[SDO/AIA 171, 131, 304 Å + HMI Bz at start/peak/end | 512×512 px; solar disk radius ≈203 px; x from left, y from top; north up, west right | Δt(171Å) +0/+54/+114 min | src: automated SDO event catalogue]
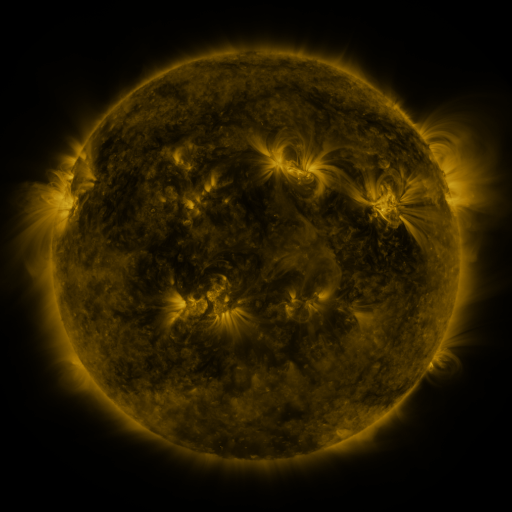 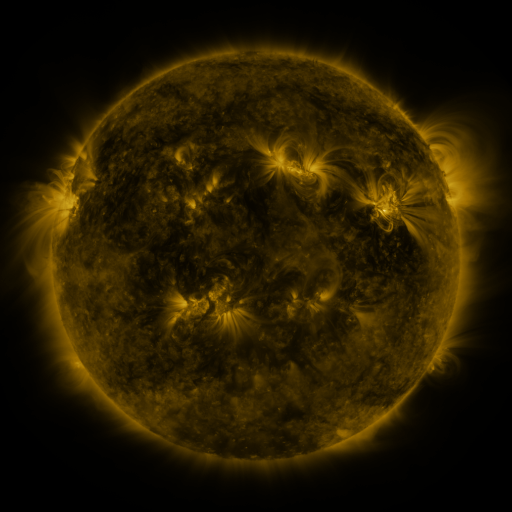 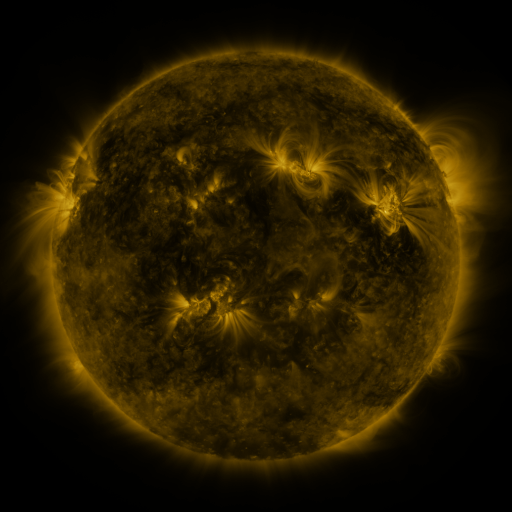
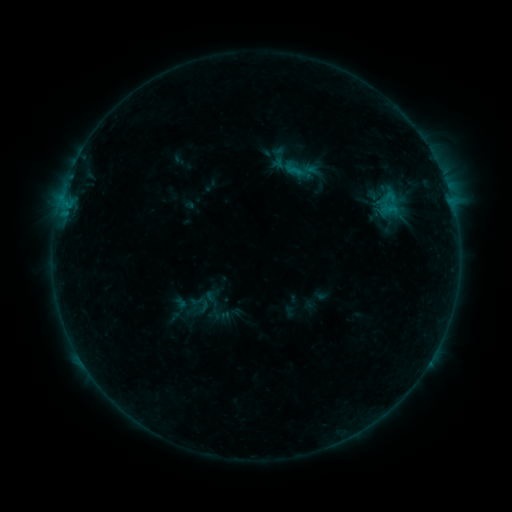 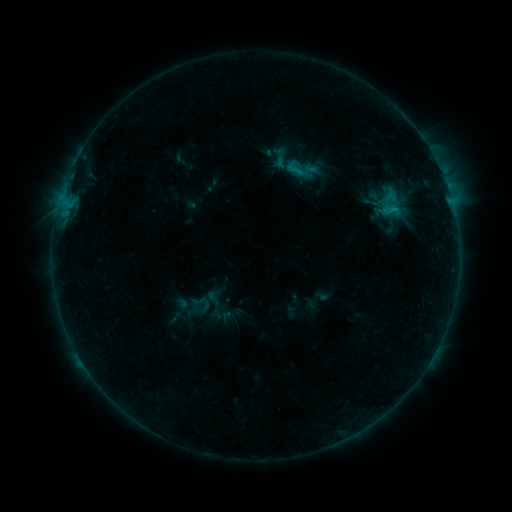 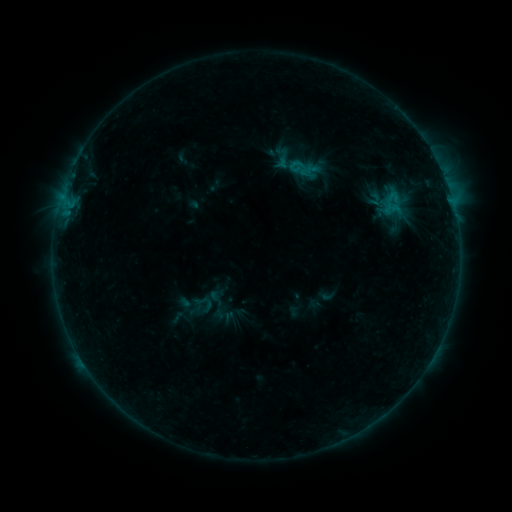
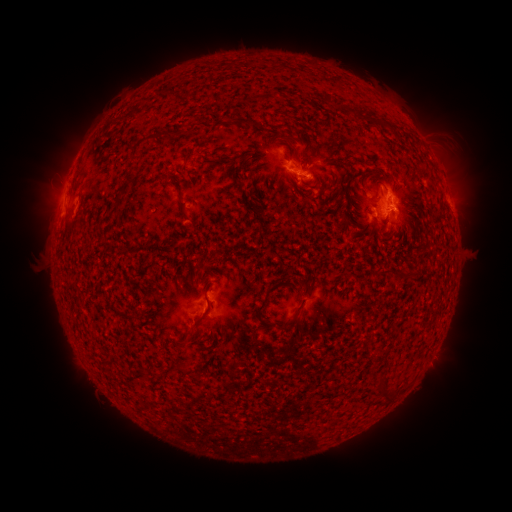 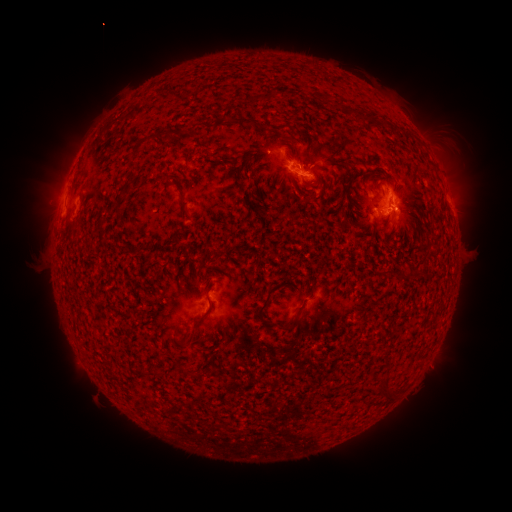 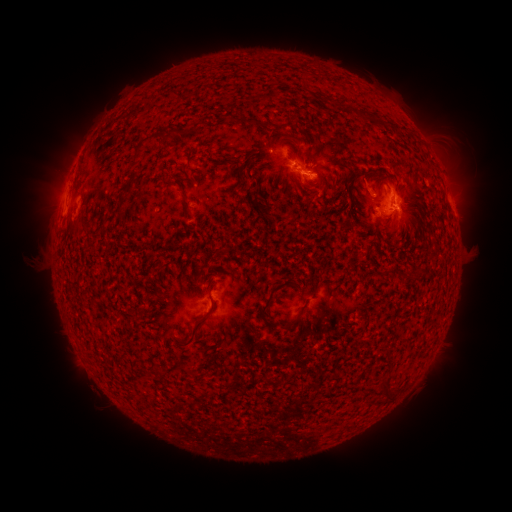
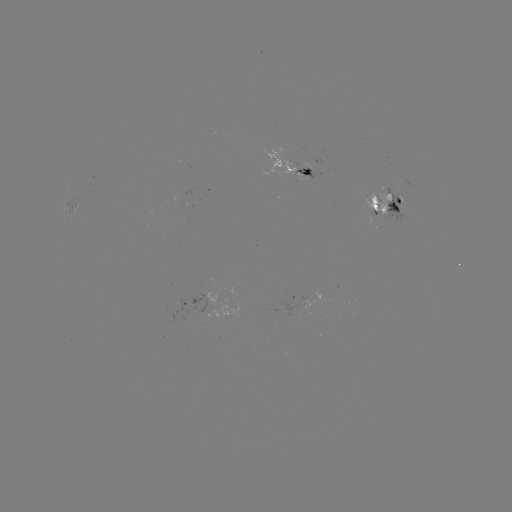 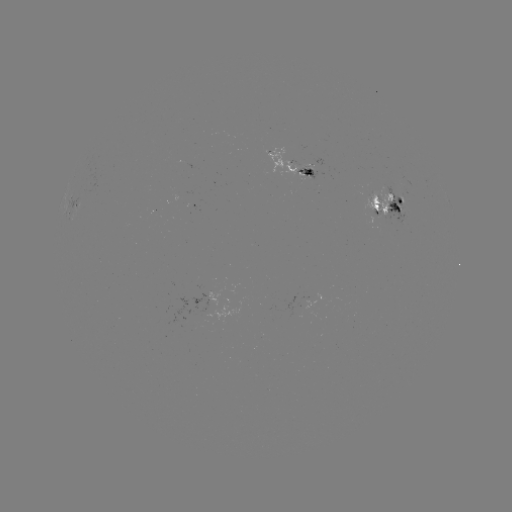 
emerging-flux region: (375, 184, 408, 227)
